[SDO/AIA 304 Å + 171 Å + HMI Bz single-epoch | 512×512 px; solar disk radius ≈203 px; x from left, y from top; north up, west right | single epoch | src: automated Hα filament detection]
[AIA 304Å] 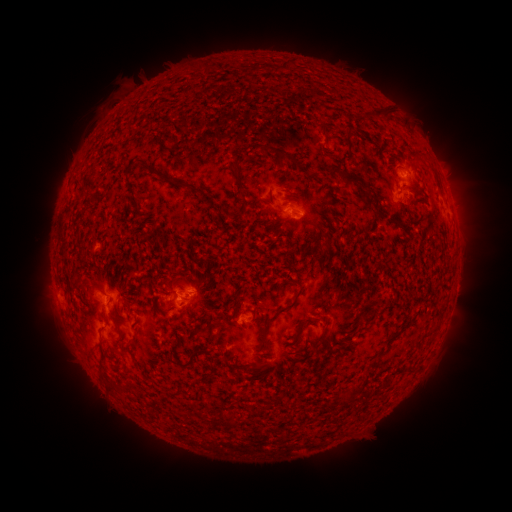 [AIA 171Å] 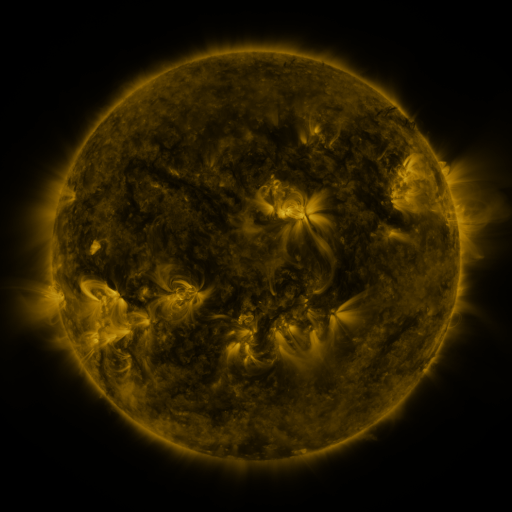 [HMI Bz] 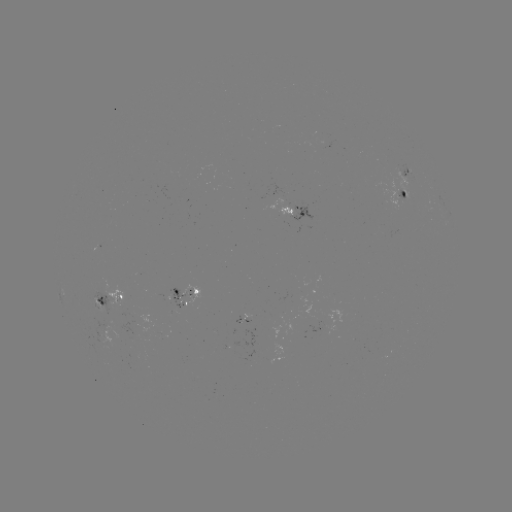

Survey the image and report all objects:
filament: [277, 60, 294, 71]
filament: [370, 104, 391, 118]
filament: [343, 135, 349, 147]
filament: [252, 143, 296, 164]
filament: [142, 163, 201, 195]
filament: [229, 163, 241, 184]
filament: [333, 167, 361, 186]
filament: [374, 207, 388, 219]
filament: [323, 237, 331, 248]
filament: [300, 257, 306, 265]
filament: [257, 286, 304, 349]
filament: [93, 287, 105, 296]
filament: [293, 316, 315, 339]
filament: [175, 344, 217, 369]
filament: [130, 352, 139, 362]
filament: [340, 383, 365, 402]
filament: [109, 384, 131, 394]
filament: [231, 415, 238, 426]
